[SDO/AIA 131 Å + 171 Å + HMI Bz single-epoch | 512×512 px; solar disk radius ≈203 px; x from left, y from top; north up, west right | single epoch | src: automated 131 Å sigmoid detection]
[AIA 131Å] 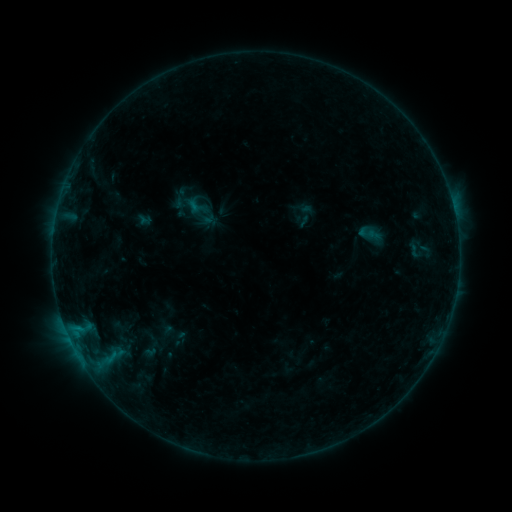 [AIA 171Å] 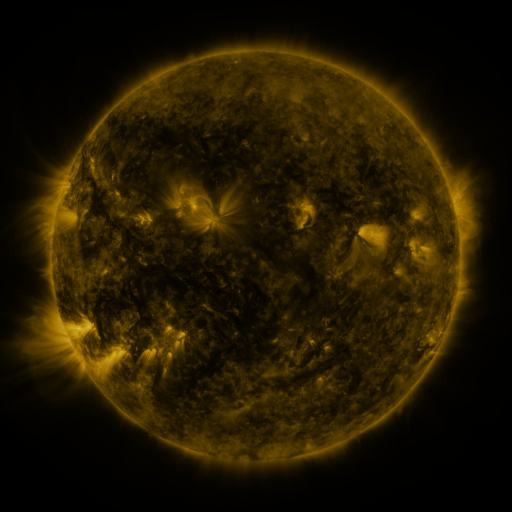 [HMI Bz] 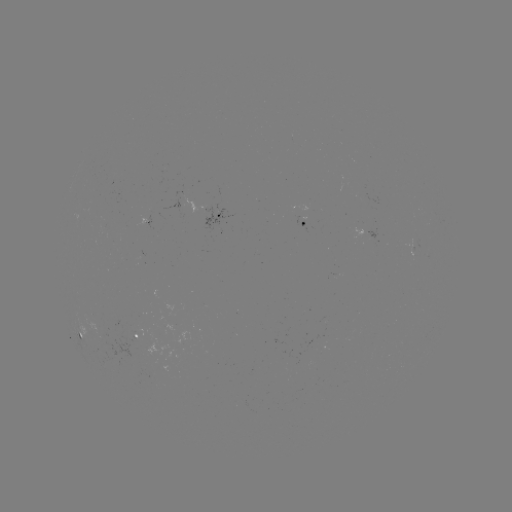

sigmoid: (404, 241, 425, 260)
